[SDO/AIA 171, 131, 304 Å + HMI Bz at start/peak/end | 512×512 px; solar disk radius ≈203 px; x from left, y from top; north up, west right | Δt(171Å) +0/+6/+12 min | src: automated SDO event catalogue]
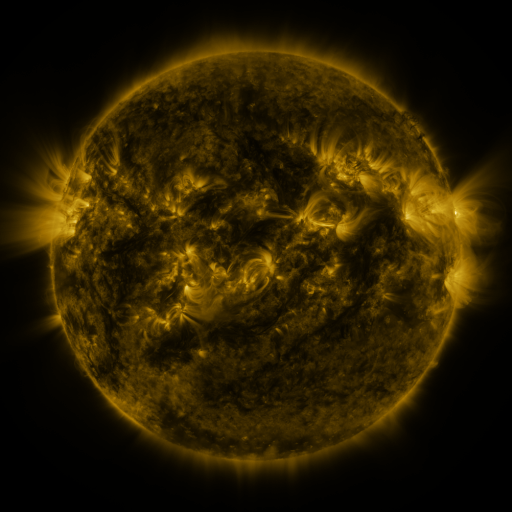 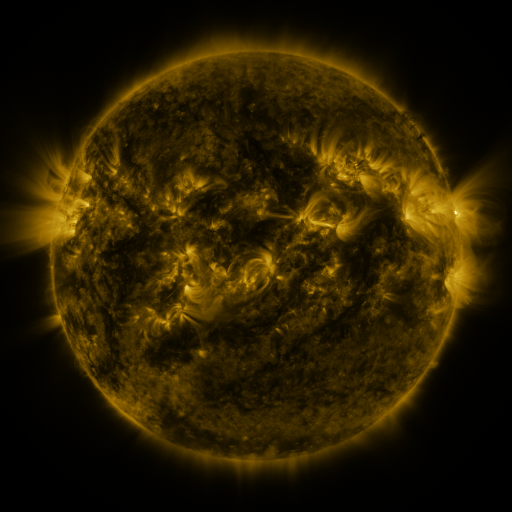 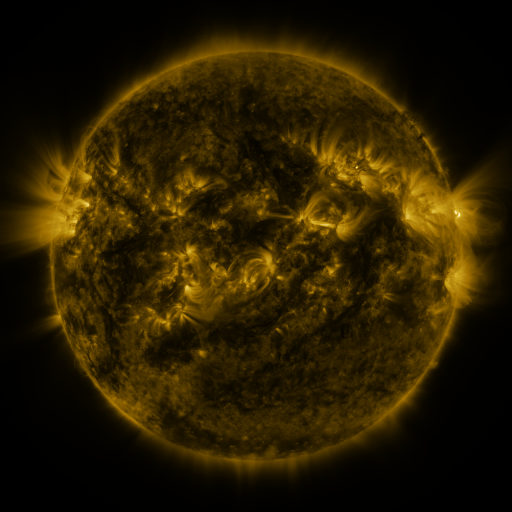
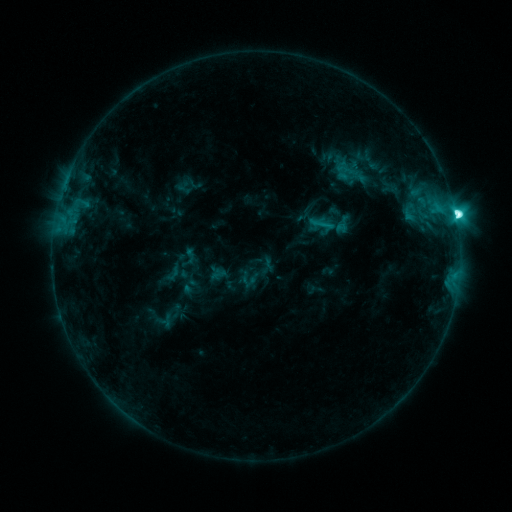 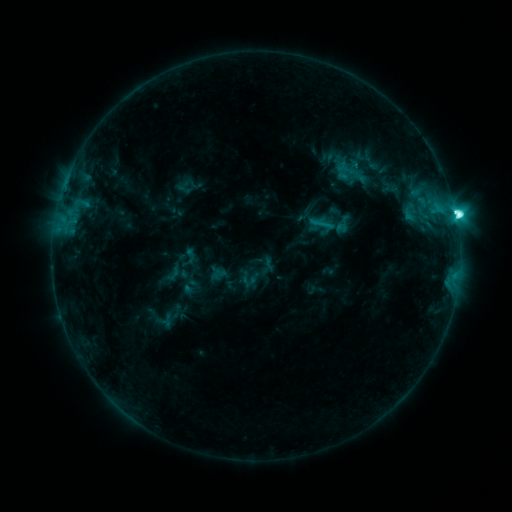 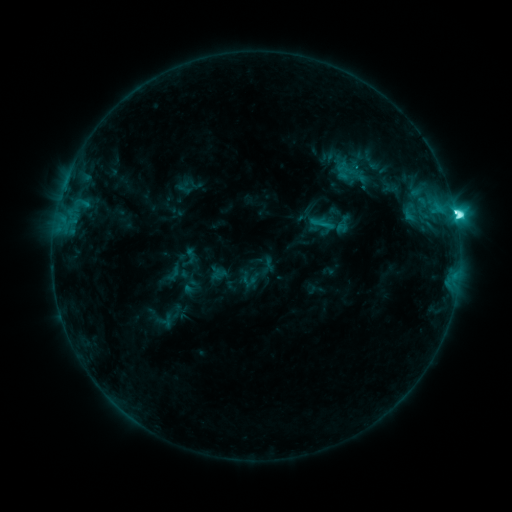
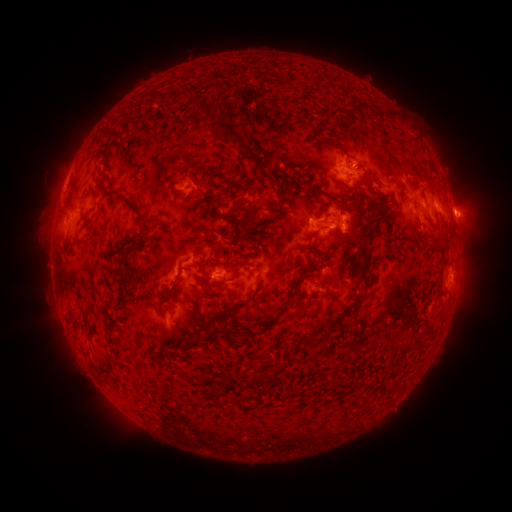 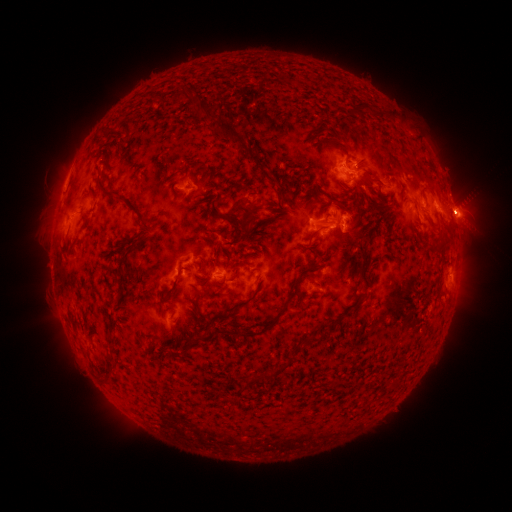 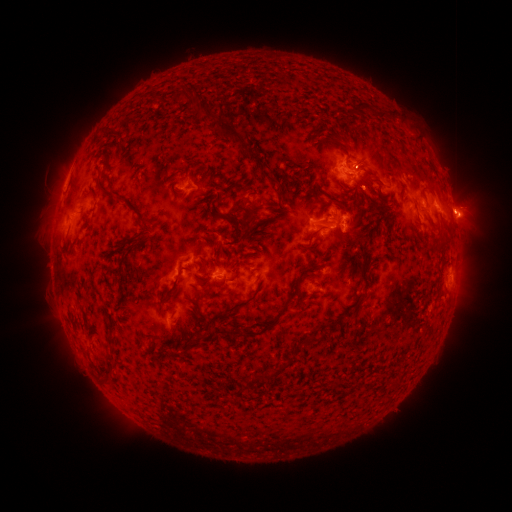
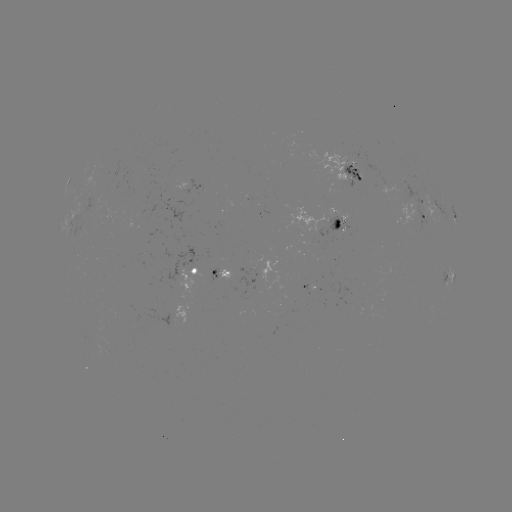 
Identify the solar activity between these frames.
M1.2 flare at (453, 221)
